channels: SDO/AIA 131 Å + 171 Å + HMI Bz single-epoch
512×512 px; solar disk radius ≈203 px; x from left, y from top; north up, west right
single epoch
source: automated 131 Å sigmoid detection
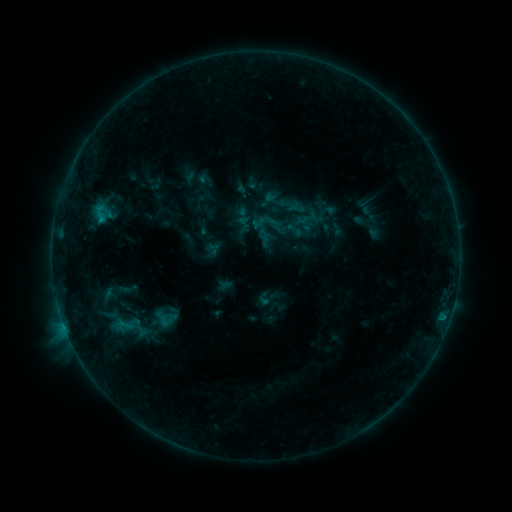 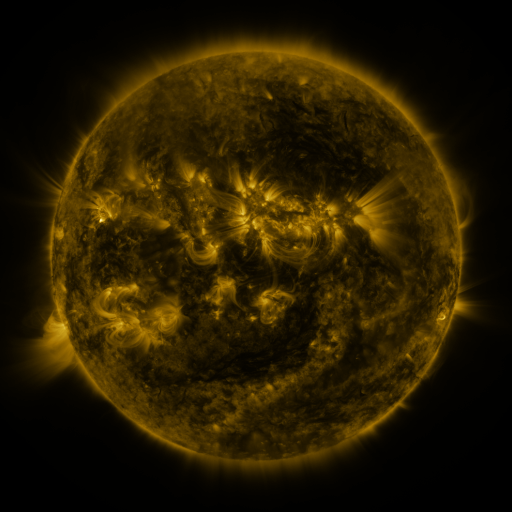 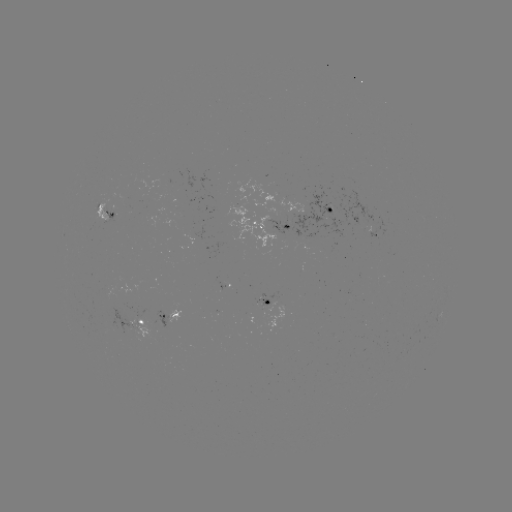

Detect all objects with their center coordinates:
sigmoid: <bbox>289, 200, 309, 218</bbox>
sigmoid: <bbox>286, 220, 305, 239</bbox>
